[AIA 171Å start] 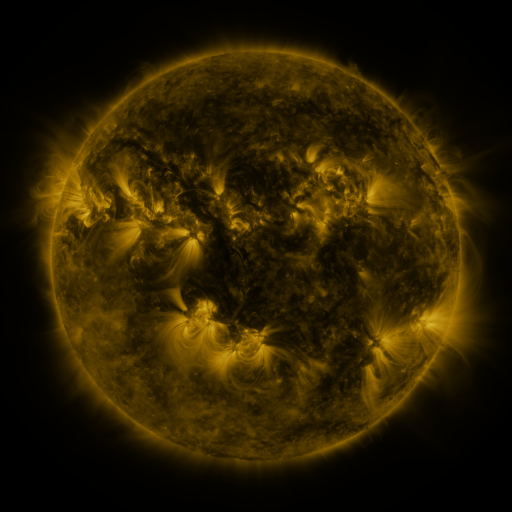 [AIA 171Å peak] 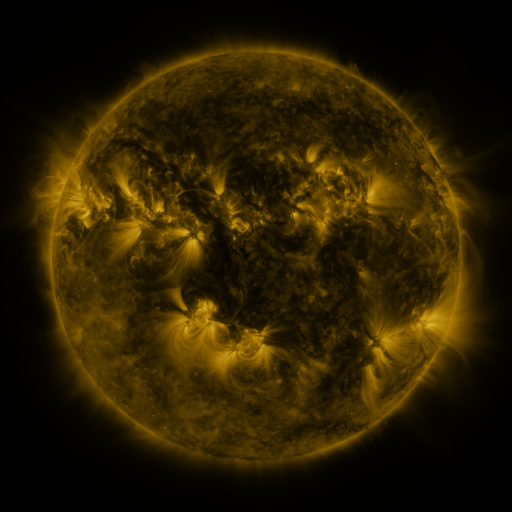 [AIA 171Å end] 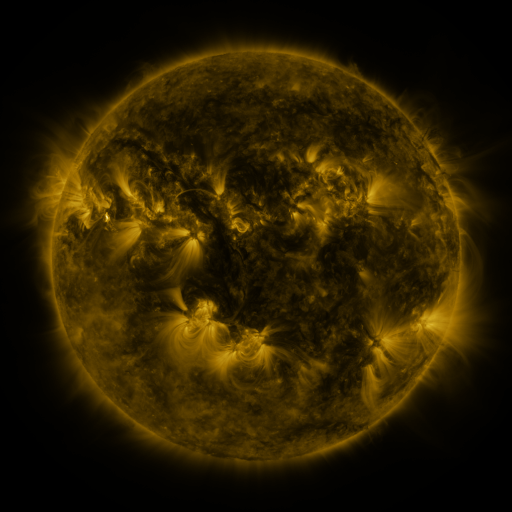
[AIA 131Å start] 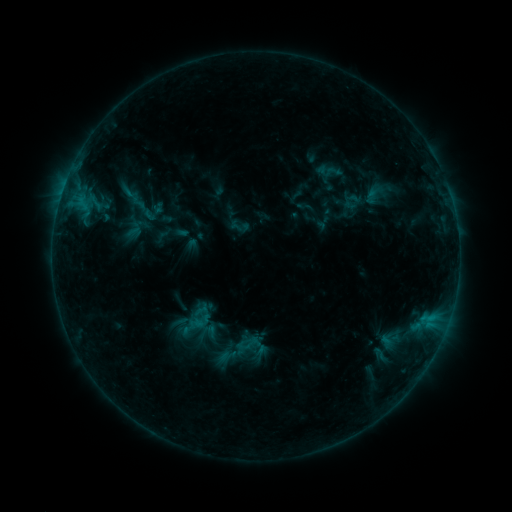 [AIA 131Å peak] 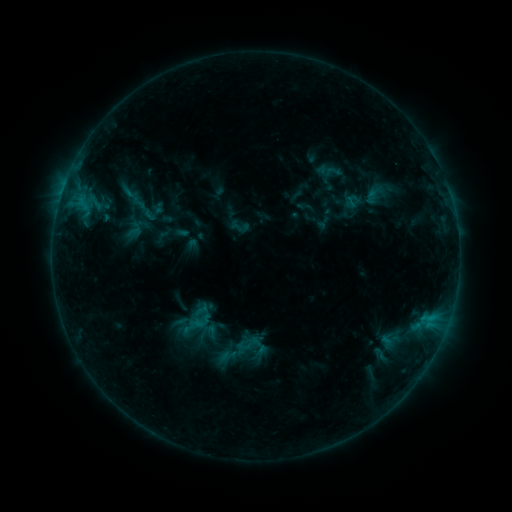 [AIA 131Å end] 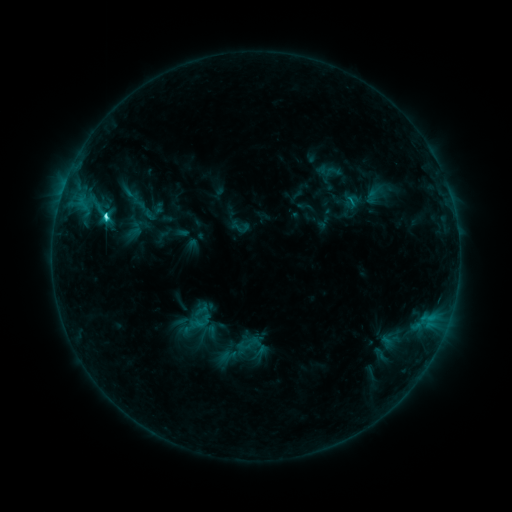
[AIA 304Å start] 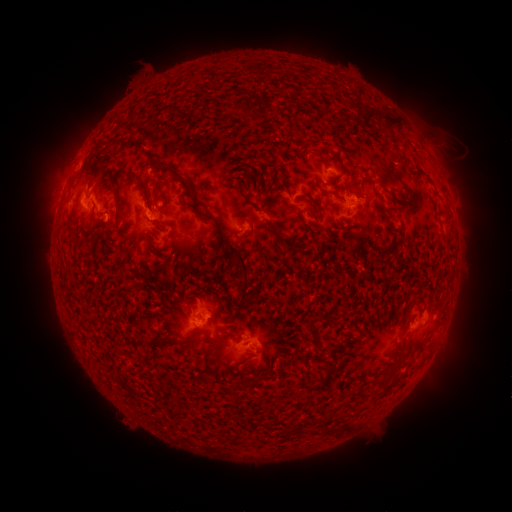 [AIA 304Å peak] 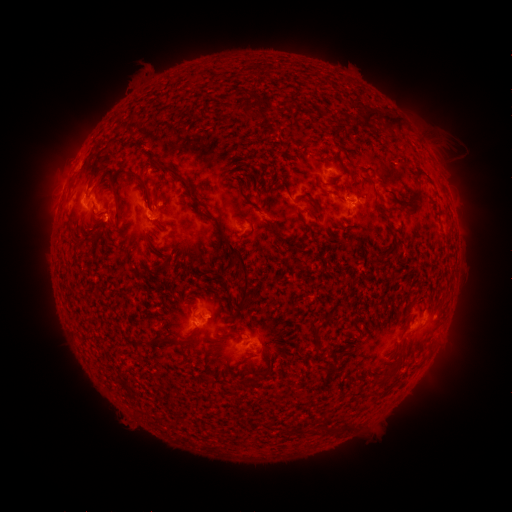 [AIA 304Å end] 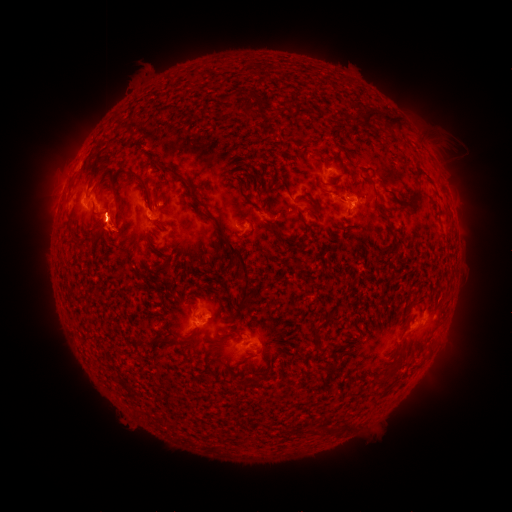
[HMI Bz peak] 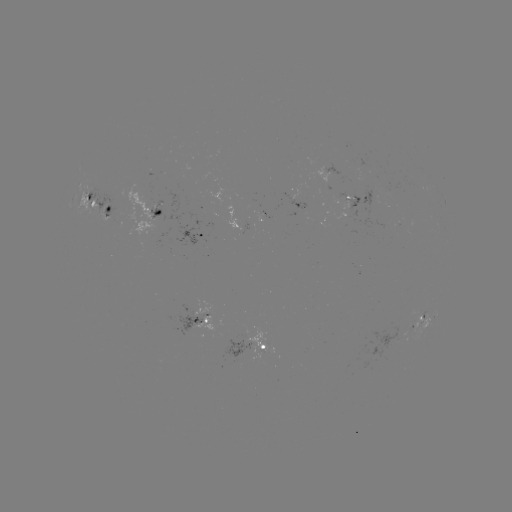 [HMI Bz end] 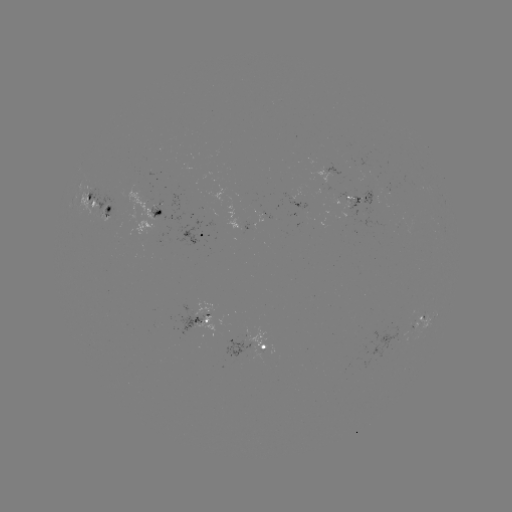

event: flare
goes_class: C4.9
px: (429, 318)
